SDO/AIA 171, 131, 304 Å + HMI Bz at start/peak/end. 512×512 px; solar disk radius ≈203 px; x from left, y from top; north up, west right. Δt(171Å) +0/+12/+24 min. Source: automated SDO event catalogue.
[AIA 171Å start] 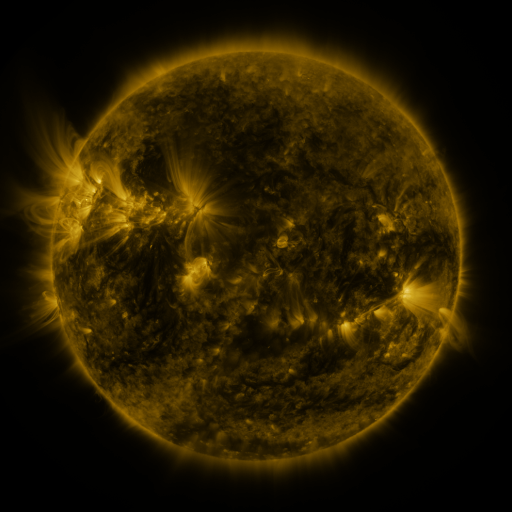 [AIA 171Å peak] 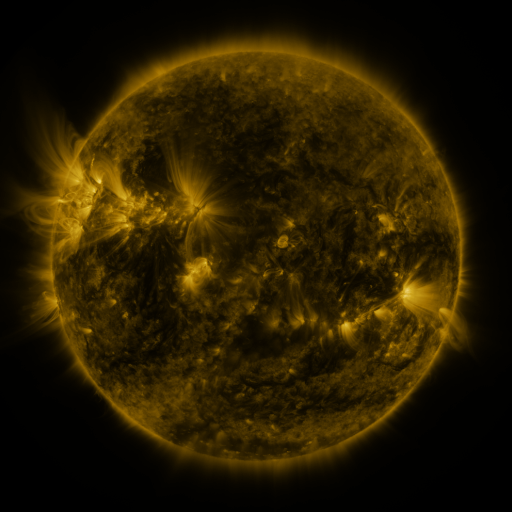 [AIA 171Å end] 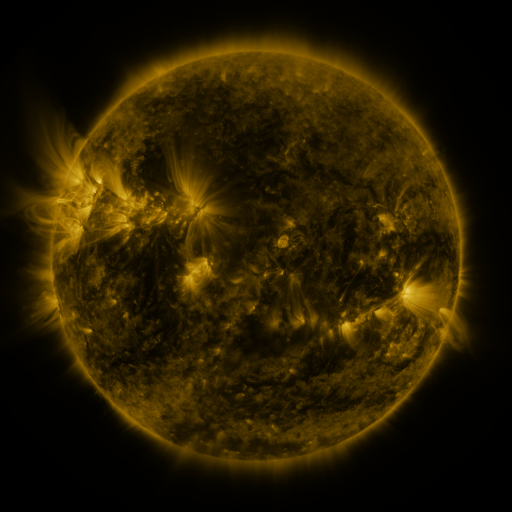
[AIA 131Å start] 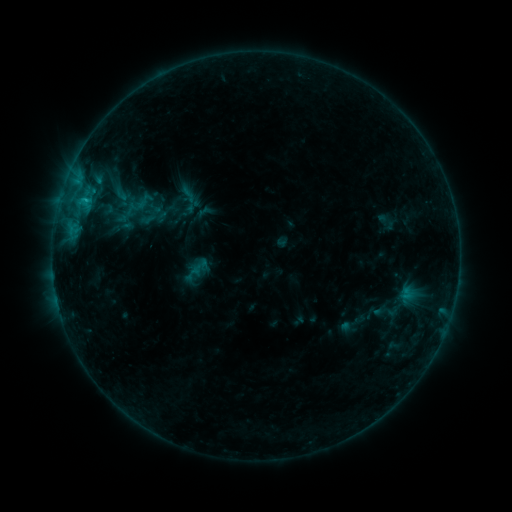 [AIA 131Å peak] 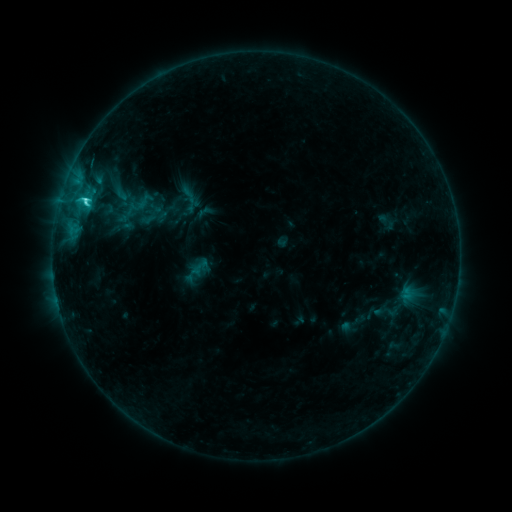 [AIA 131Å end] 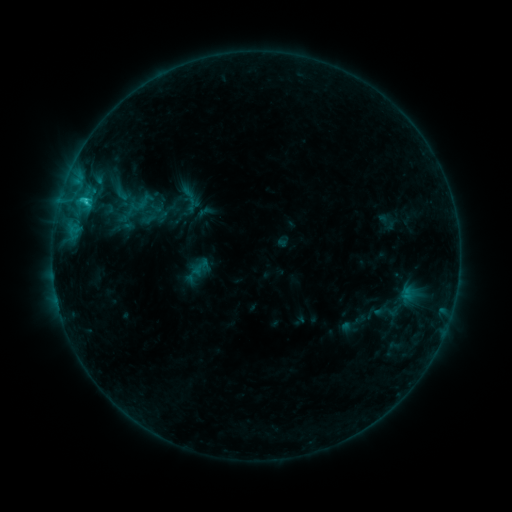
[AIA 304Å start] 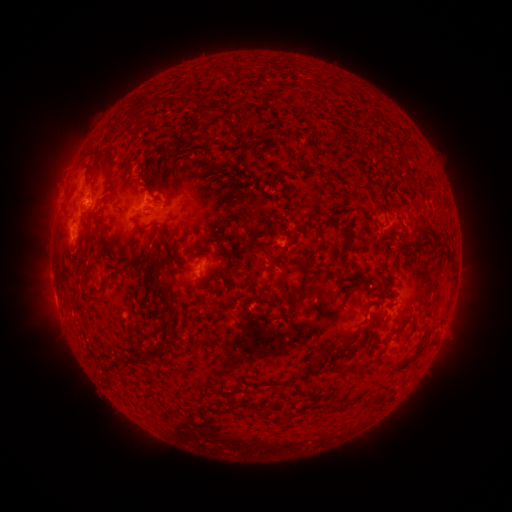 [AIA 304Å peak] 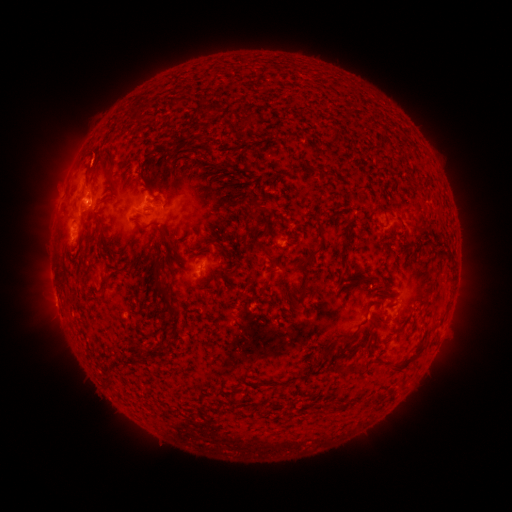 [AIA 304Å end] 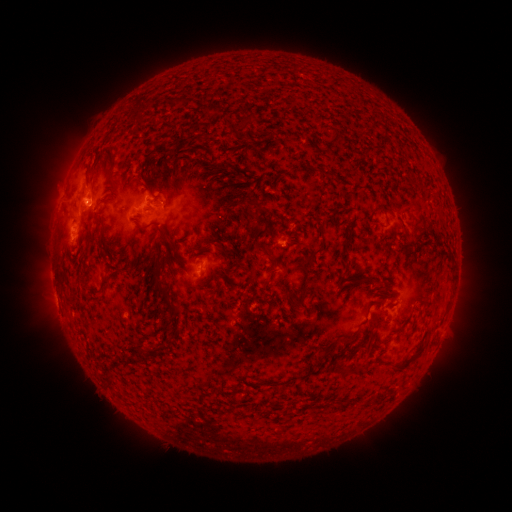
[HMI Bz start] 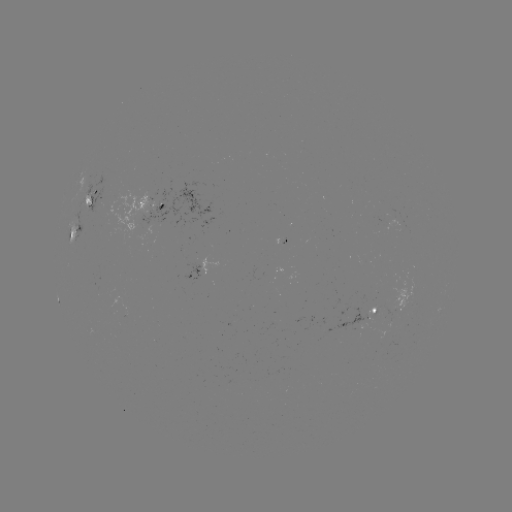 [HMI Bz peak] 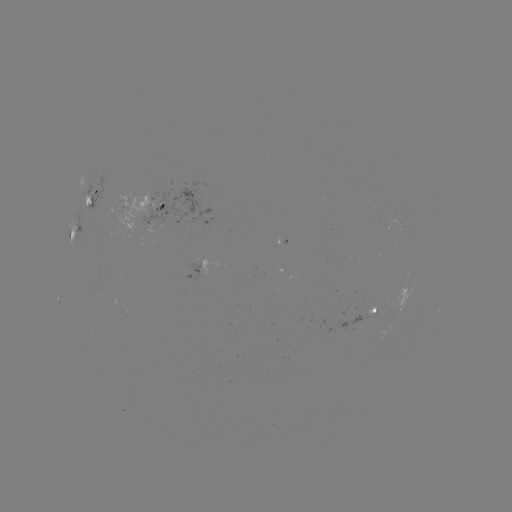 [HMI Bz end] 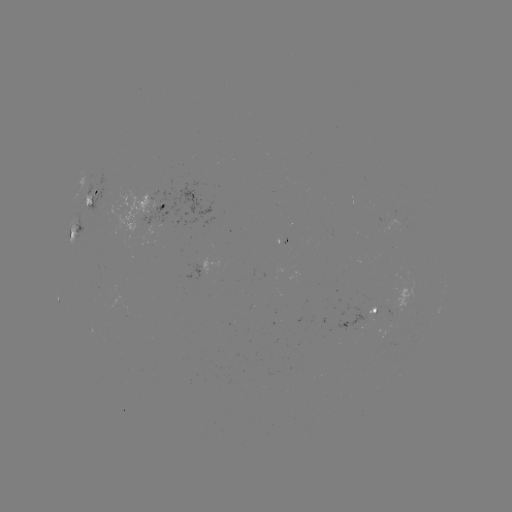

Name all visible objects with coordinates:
C2.1 flare: (85, 202)
